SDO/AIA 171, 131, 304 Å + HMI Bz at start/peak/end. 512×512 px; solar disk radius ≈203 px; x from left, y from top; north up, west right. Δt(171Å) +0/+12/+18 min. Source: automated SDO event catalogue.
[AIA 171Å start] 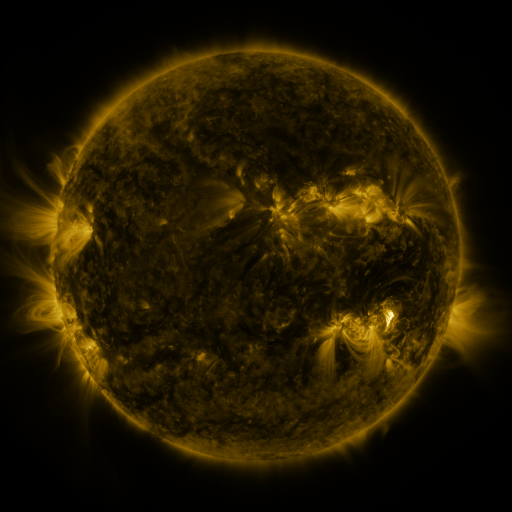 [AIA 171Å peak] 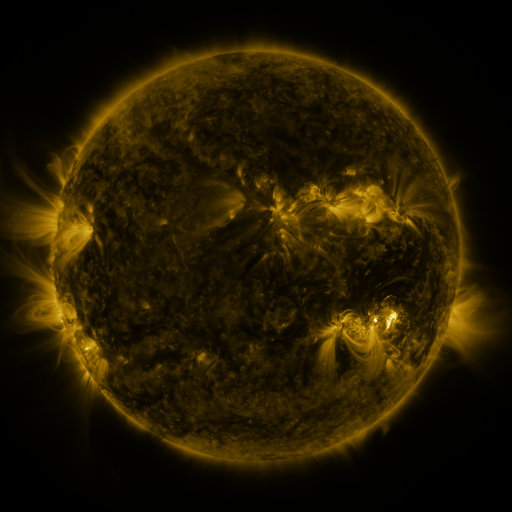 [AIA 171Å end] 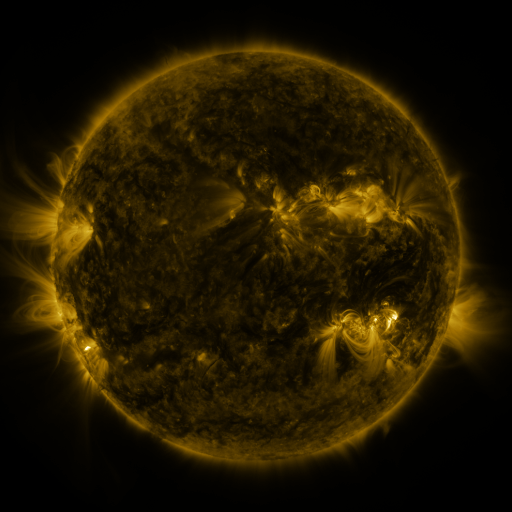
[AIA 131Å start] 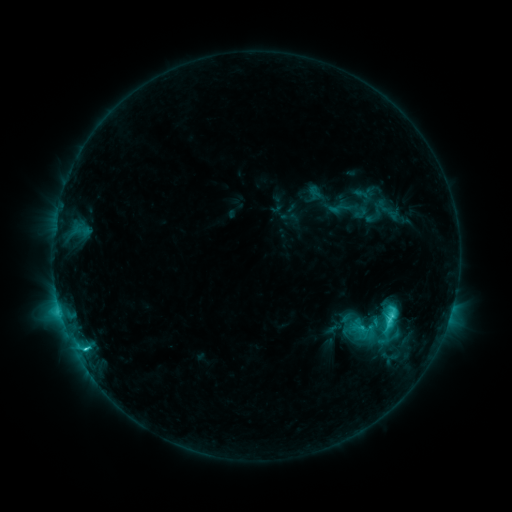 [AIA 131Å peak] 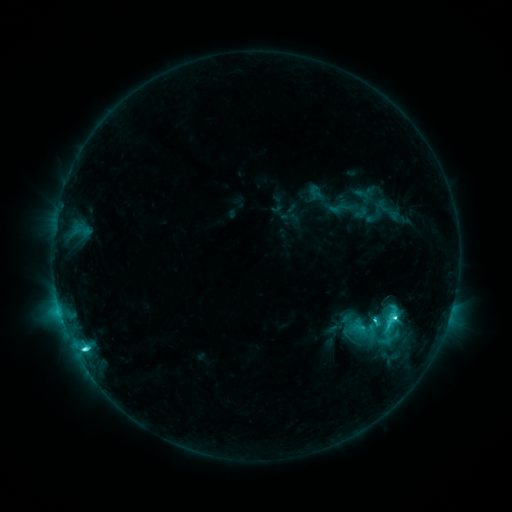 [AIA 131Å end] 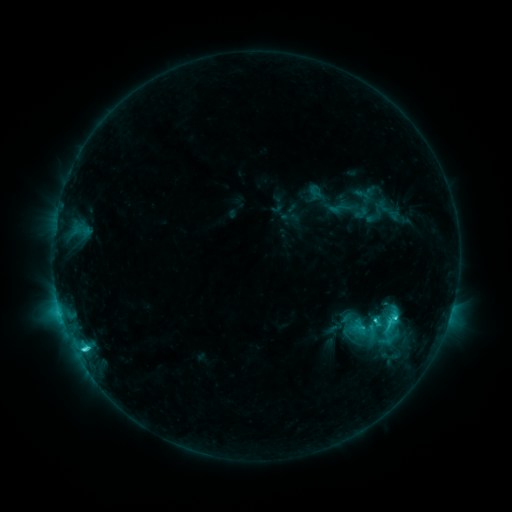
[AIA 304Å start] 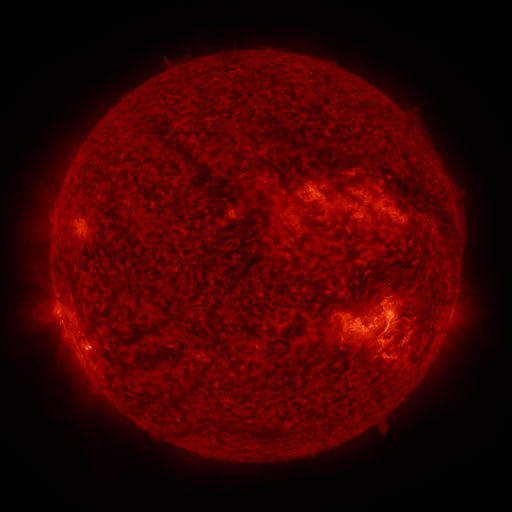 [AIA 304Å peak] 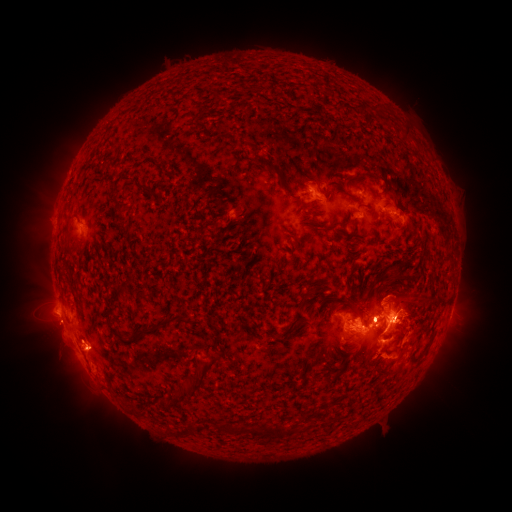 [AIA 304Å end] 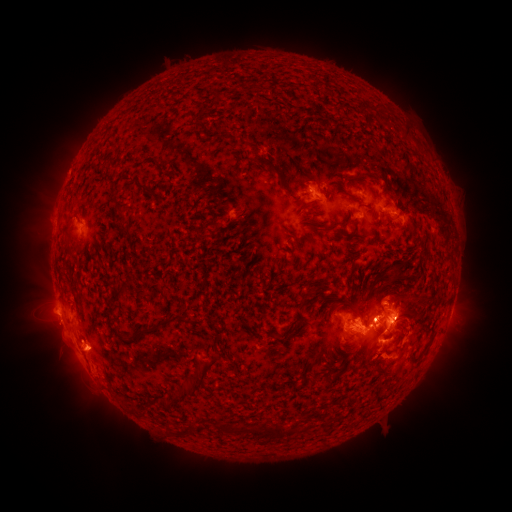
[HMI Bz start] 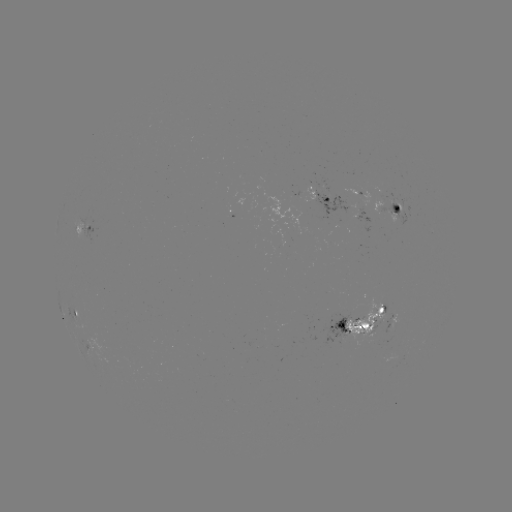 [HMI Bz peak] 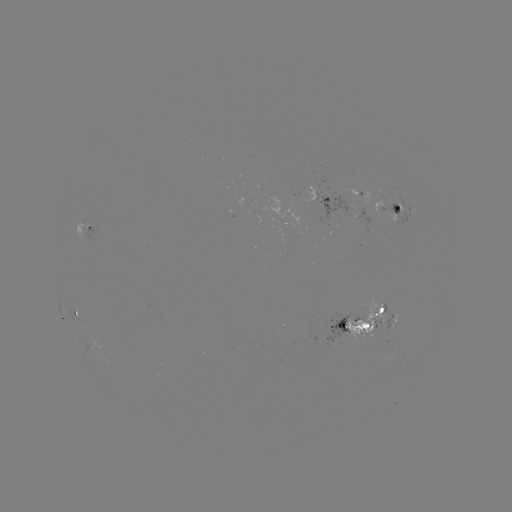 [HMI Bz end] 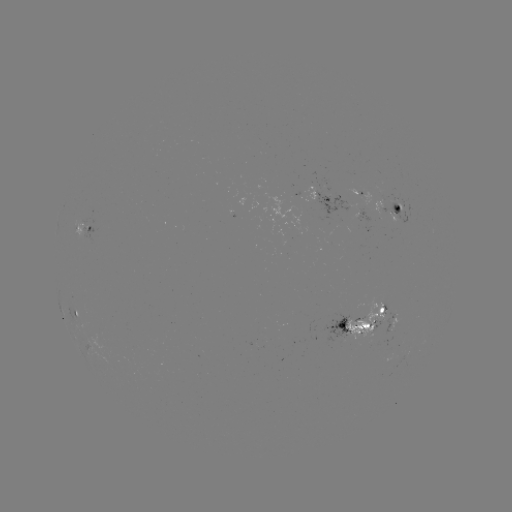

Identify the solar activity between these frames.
C7.4 flare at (85, 348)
